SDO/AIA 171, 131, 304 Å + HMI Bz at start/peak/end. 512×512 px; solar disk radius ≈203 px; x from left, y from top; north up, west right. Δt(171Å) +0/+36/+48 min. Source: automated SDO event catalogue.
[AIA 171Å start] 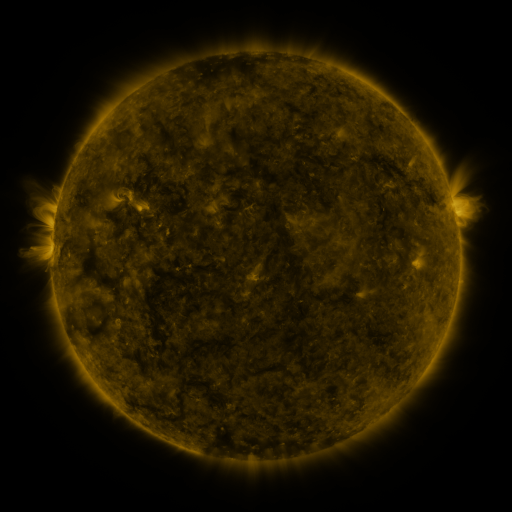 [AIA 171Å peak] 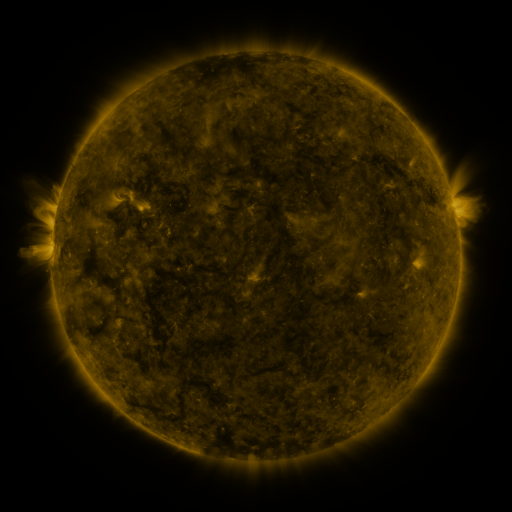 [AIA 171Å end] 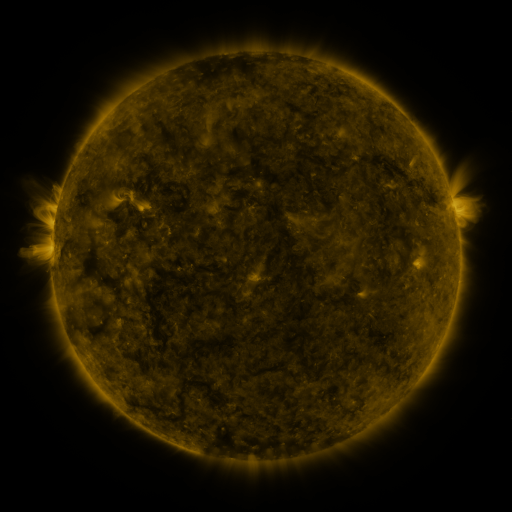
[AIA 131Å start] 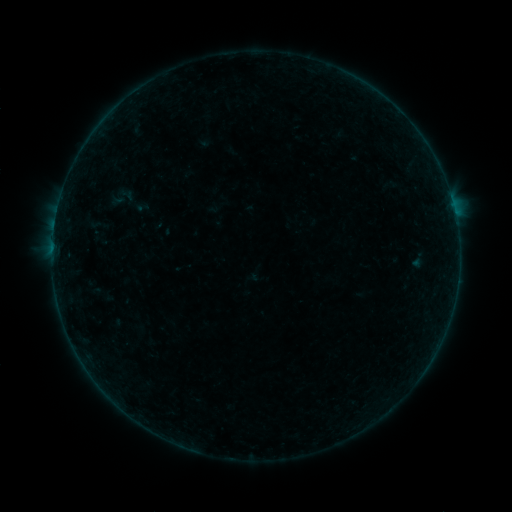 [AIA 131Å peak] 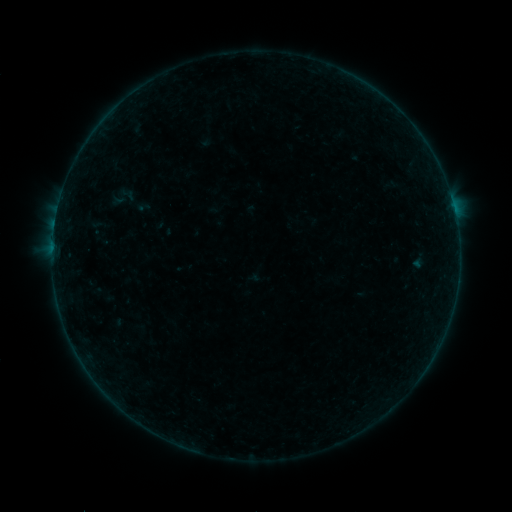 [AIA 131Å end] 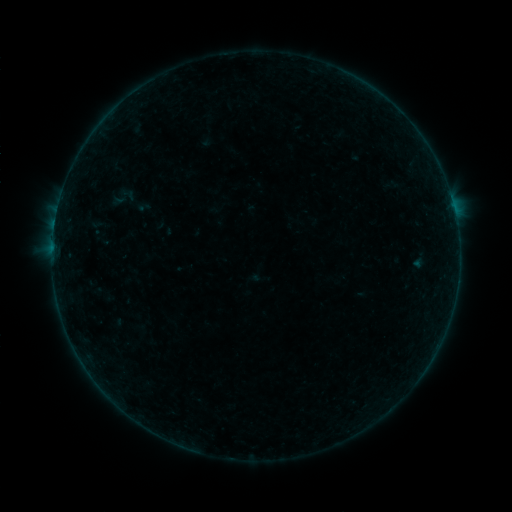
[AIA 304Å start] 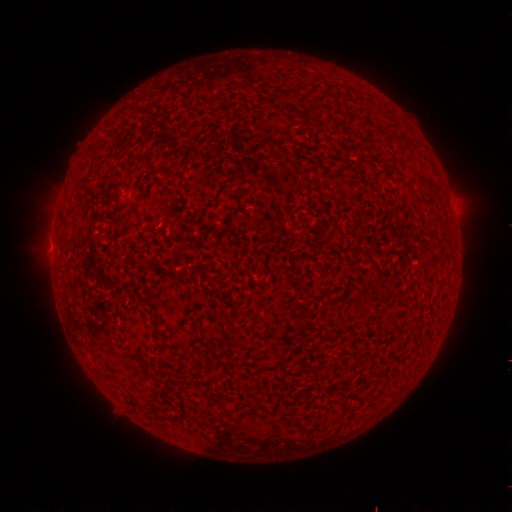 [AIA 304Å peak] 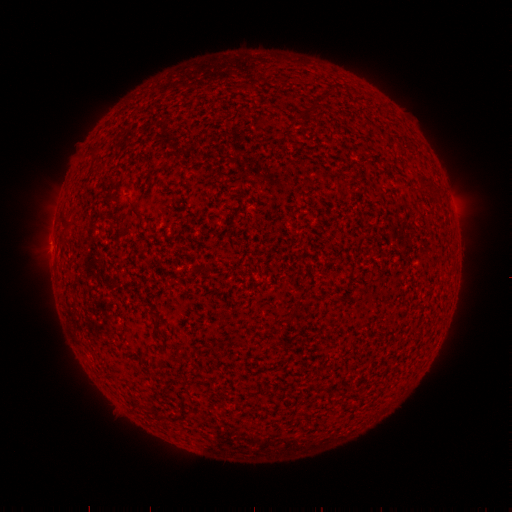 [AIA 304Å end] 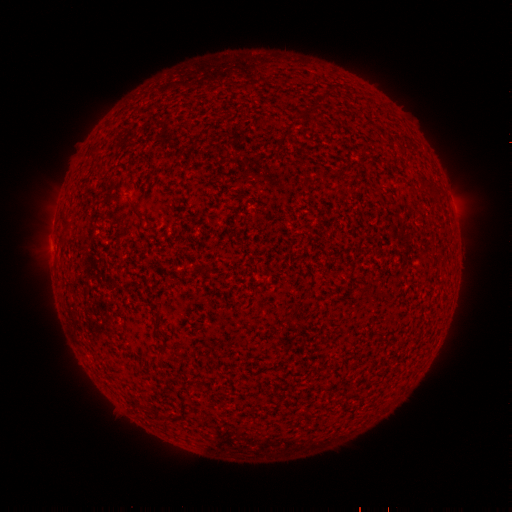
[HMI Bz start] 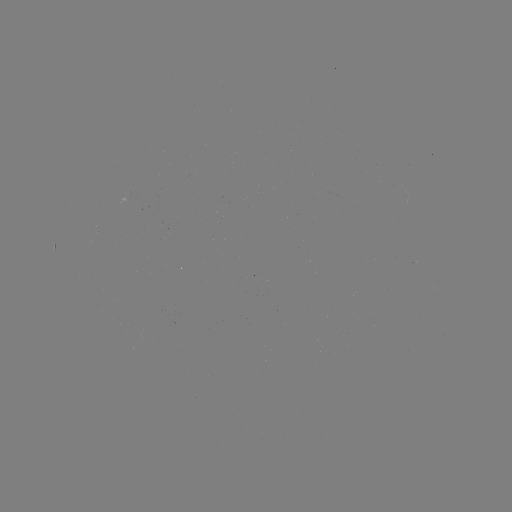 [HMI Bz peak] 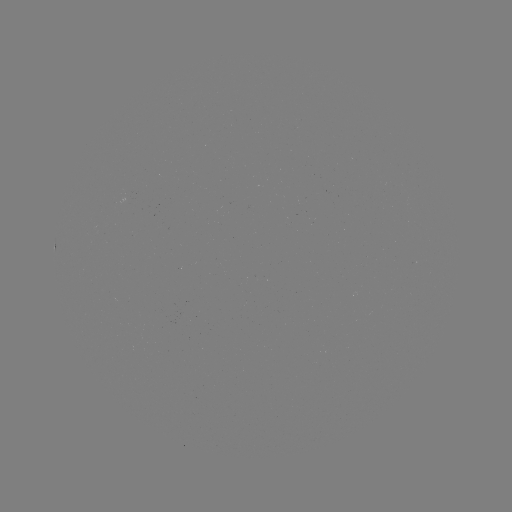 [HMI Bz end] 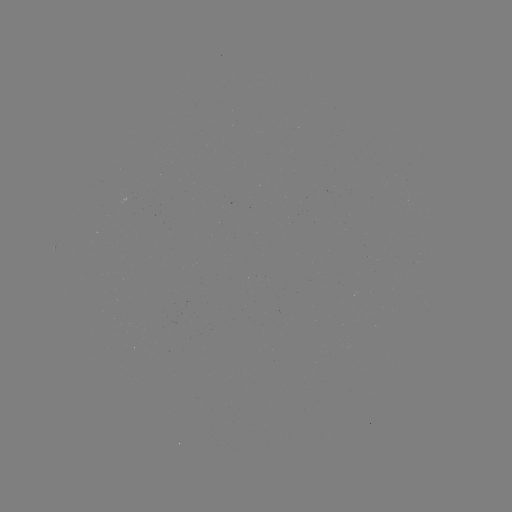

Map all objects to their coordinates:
B2.0 flare: (453, 209)
